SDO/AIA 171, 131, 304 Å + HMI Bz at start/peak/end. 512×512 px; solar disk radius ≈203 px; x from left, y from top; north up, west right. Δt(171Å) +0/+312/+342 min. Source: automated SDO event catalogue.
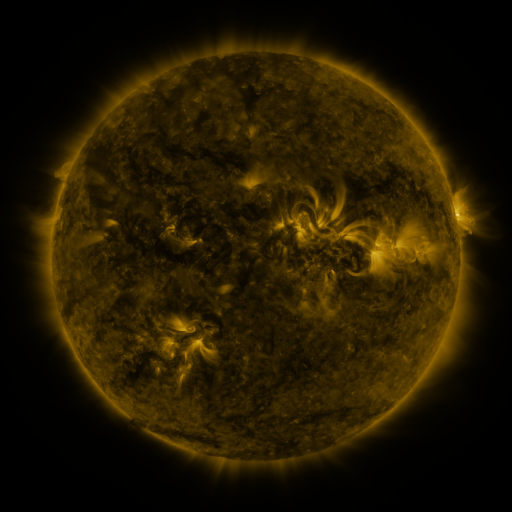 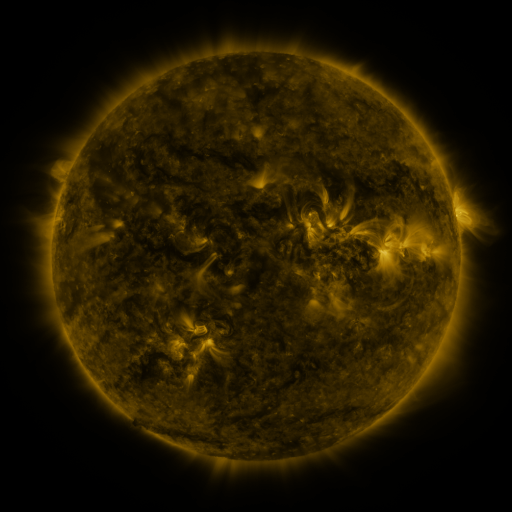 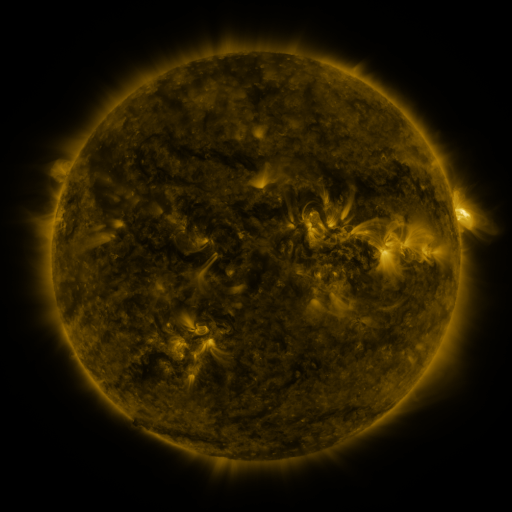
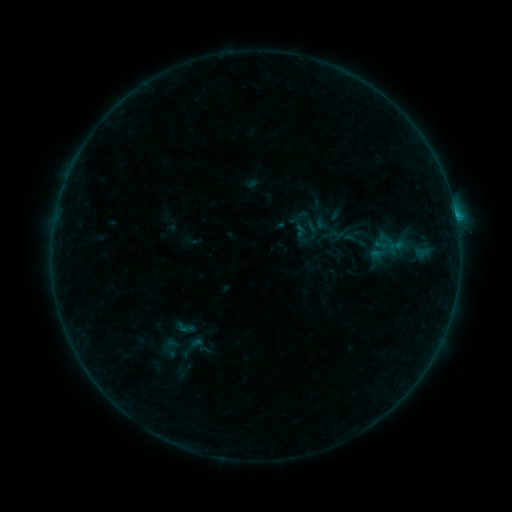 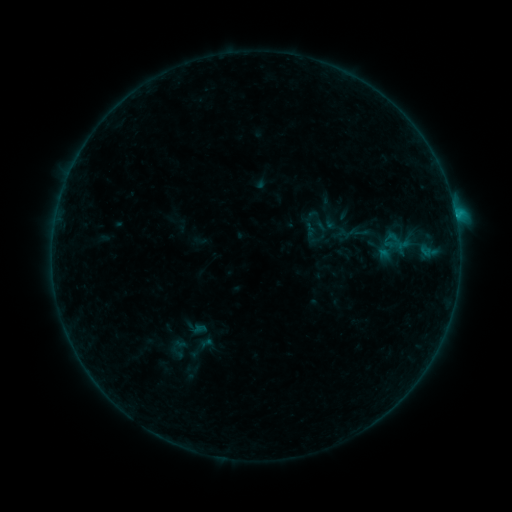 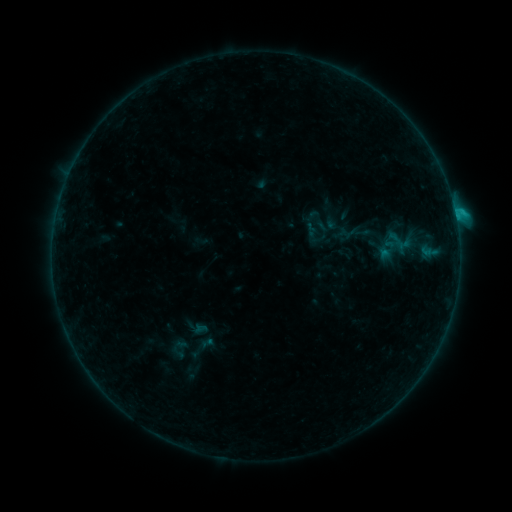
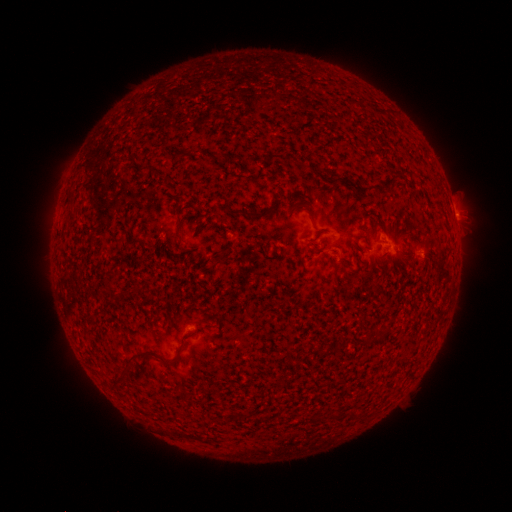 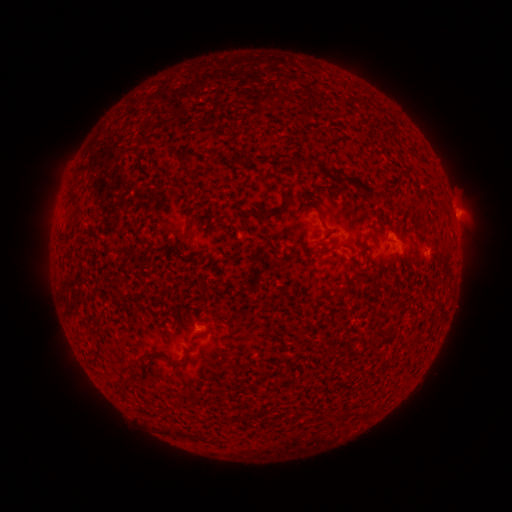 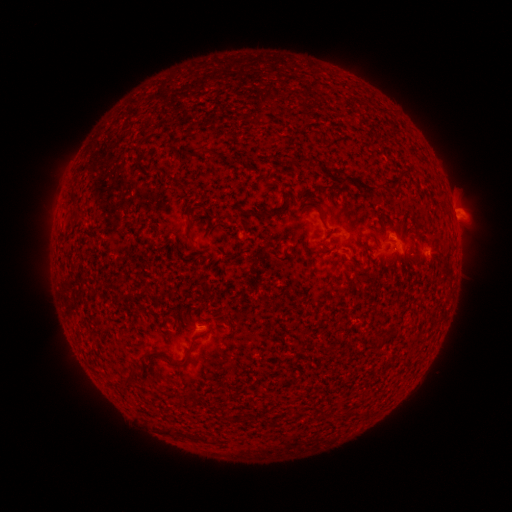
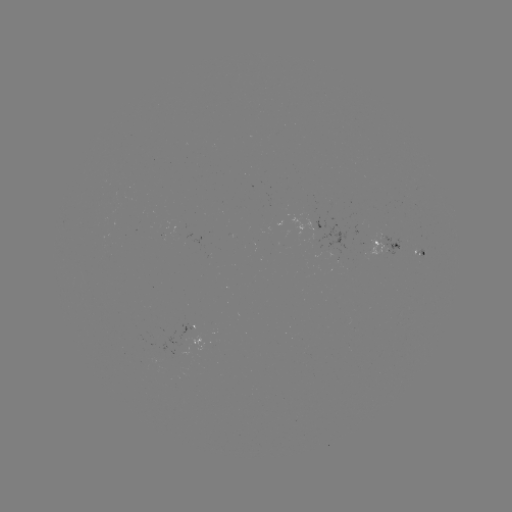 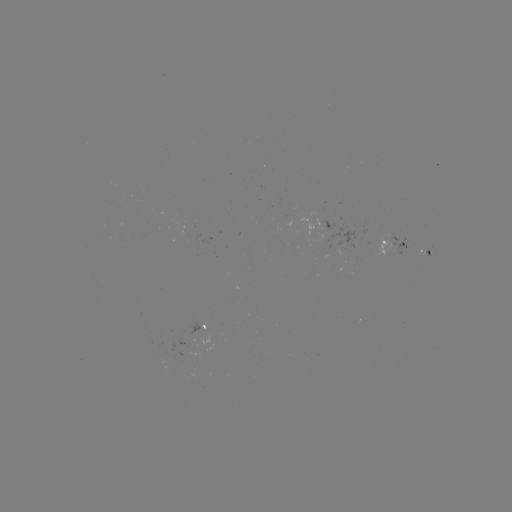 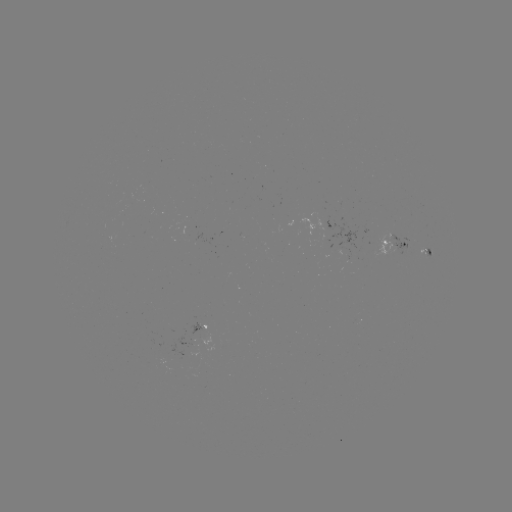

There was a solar emerging-flux region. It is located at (192, 336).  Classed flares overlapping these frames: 2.